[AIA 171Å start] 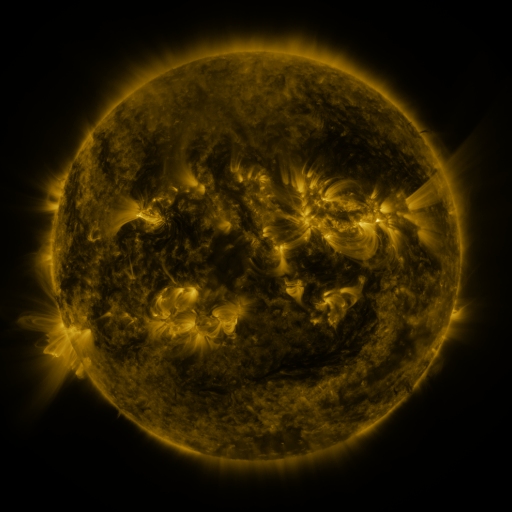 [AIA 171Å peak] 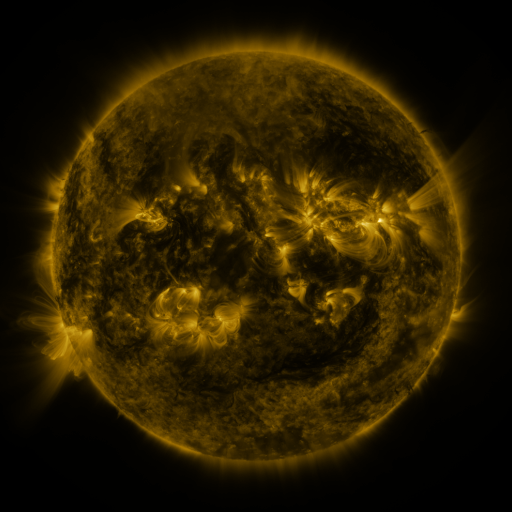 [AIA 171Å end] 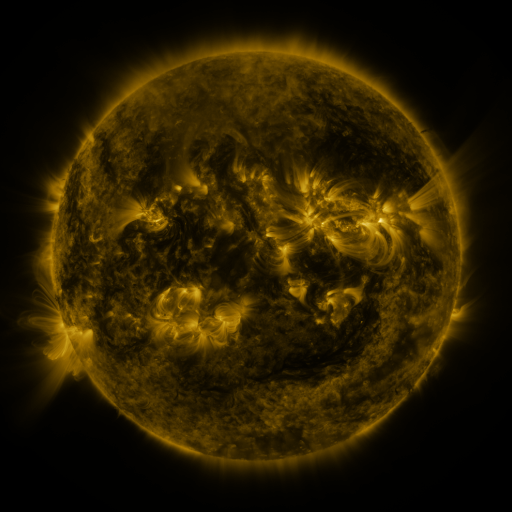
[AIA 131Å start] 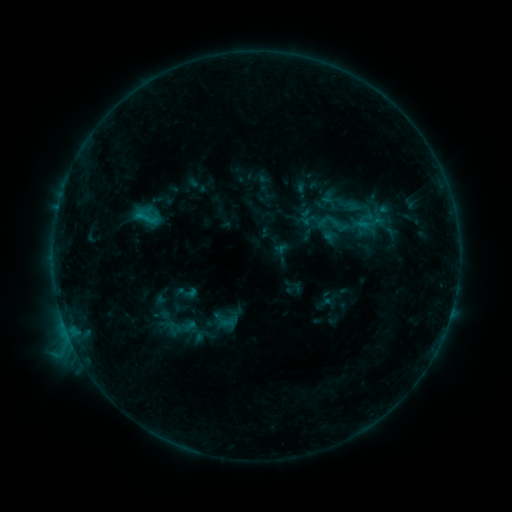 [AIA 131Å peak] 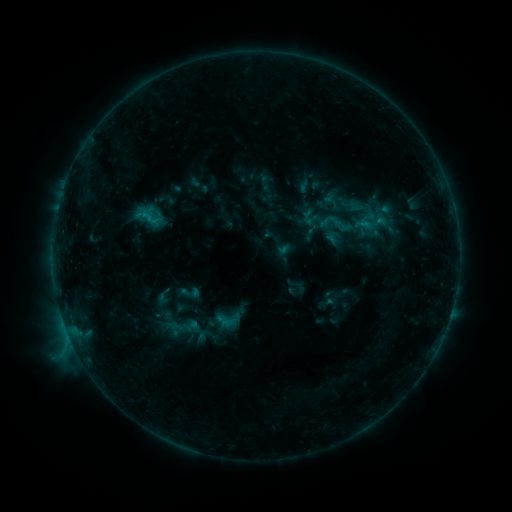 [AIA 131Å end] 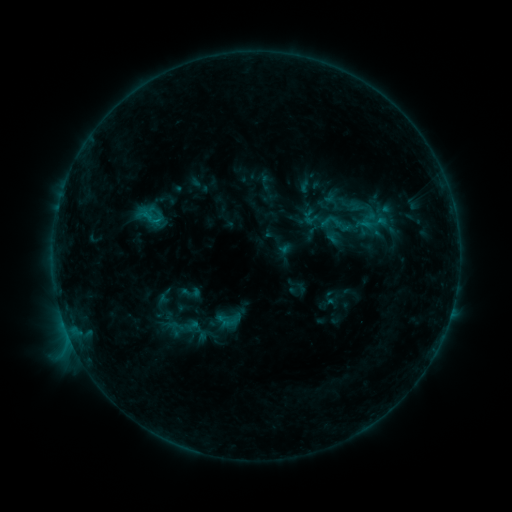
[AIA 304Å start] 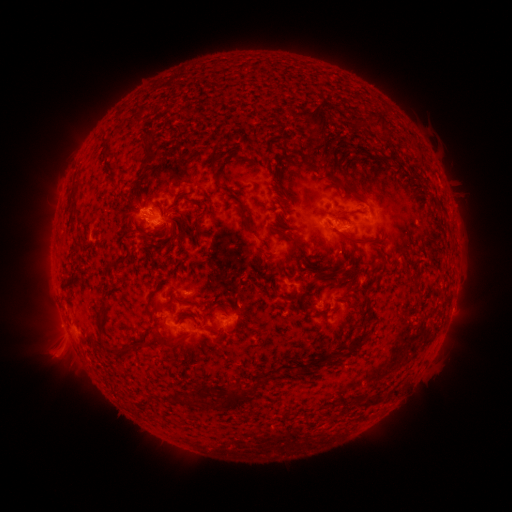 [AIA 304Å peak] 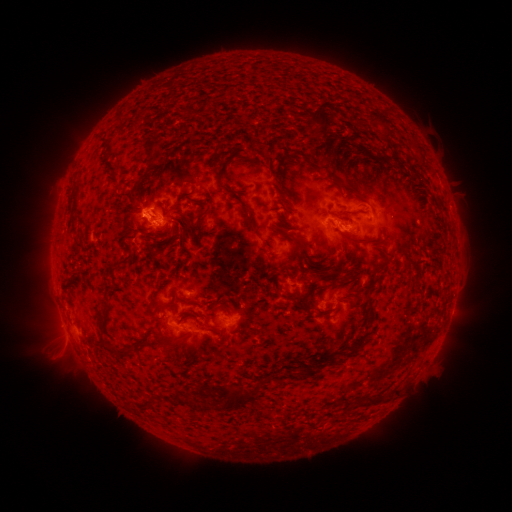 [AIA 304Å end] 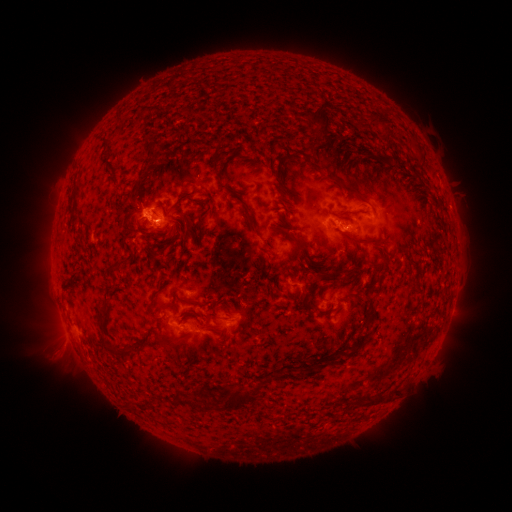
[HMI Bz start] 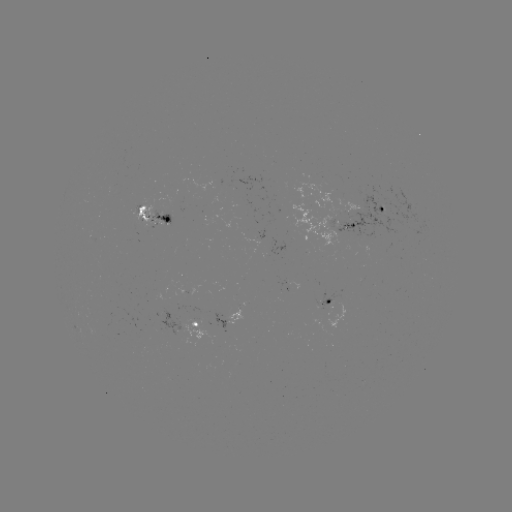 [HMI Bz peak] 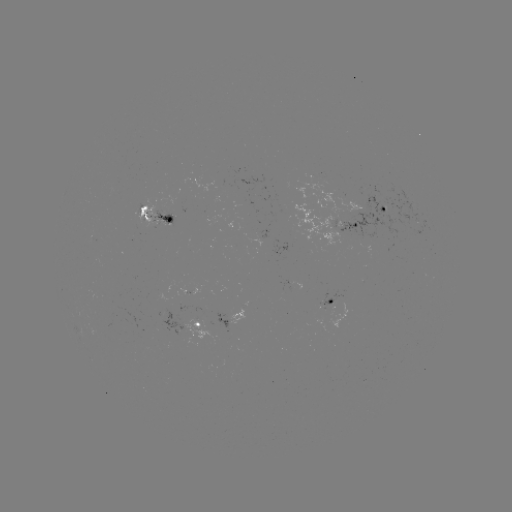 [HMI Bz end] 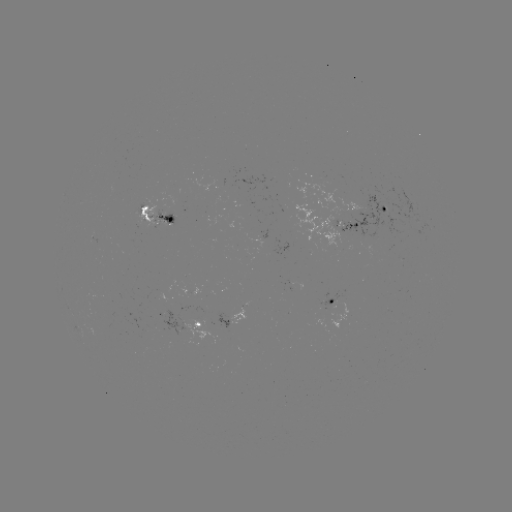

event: emerging-flux region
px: (419, 224)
